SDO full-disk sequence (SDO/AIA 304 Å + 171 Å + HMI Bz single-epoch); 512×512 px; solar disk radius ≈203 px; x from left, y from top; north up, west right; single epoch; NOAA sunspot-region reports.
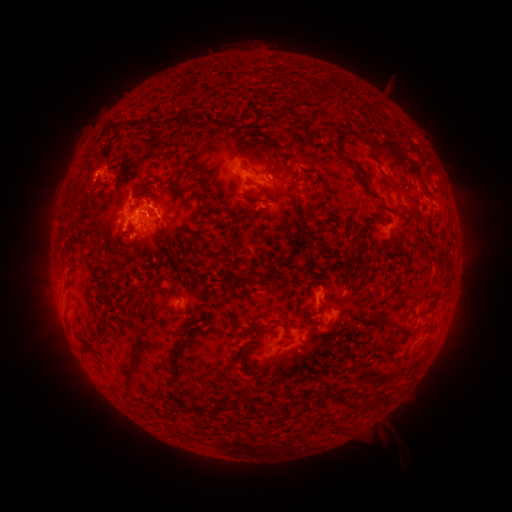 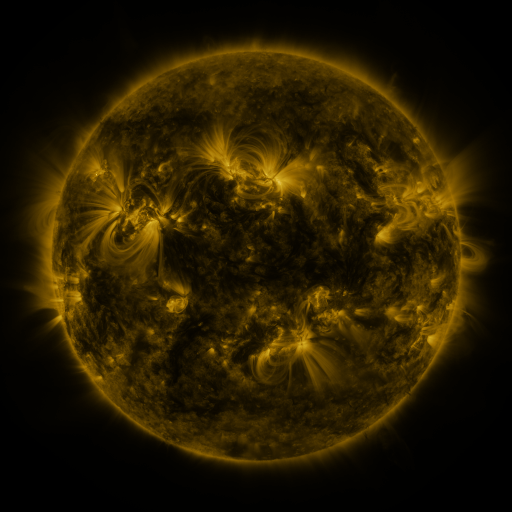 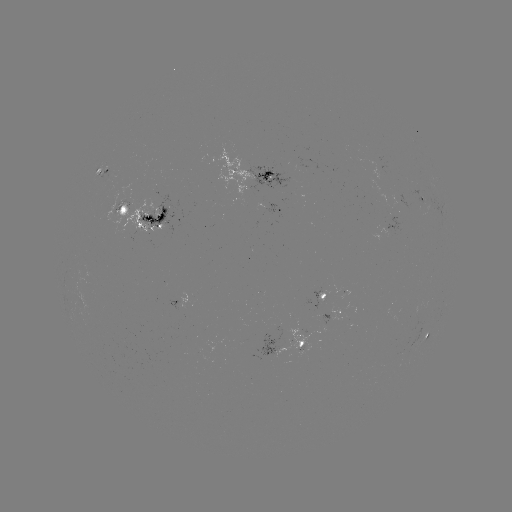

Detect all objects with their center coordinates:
spotted active region: (107, 171)
spotted active region: (256, 175)
spotted active region: (422, 195)
spotted active region: (284, 209)
spotted active region: (151, 214)
spotted active region: (326, 298)
spotted active region: (179, 302)
spotted active region: (333, 316)
spotted active region: (429, 337)
spotted active region: (305, 338)
